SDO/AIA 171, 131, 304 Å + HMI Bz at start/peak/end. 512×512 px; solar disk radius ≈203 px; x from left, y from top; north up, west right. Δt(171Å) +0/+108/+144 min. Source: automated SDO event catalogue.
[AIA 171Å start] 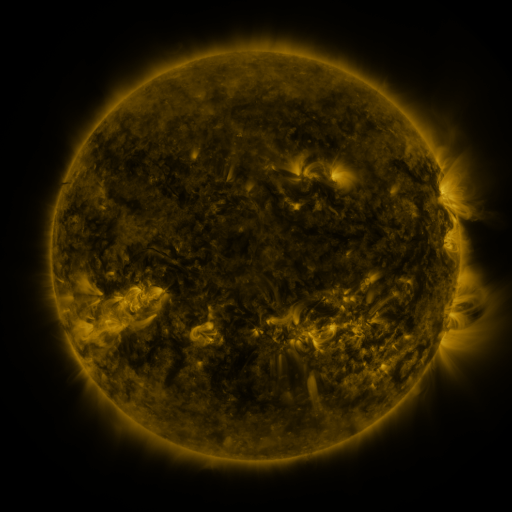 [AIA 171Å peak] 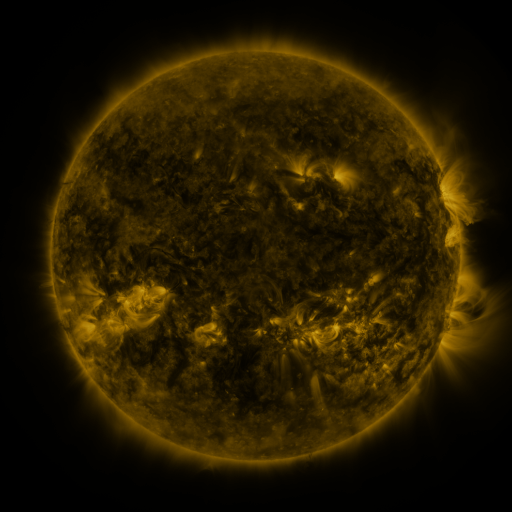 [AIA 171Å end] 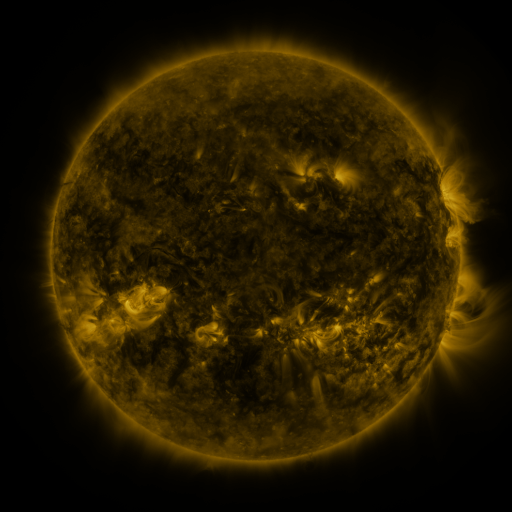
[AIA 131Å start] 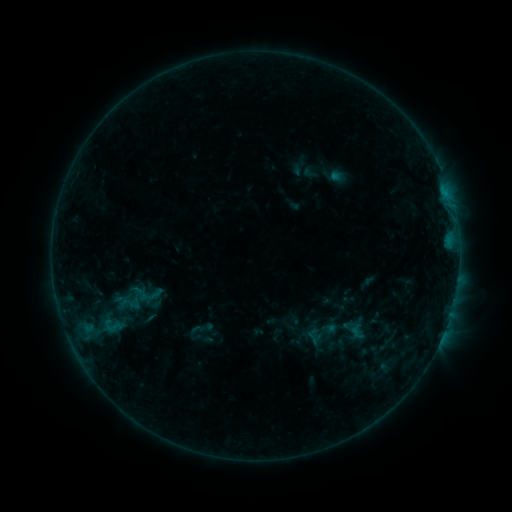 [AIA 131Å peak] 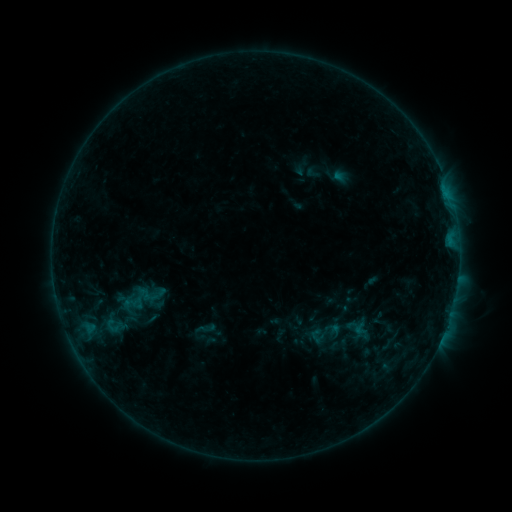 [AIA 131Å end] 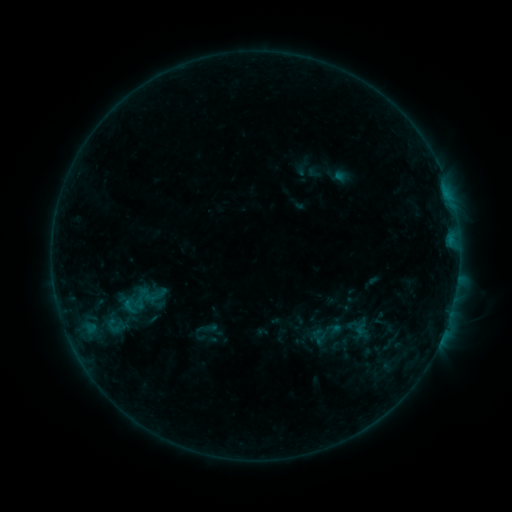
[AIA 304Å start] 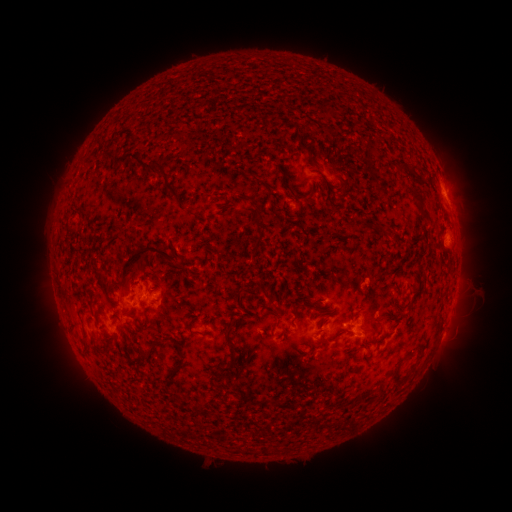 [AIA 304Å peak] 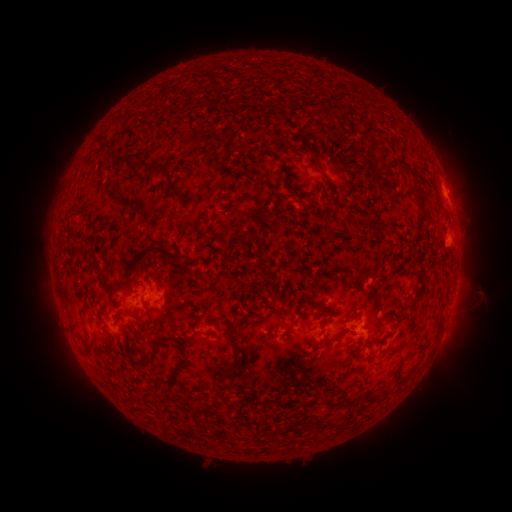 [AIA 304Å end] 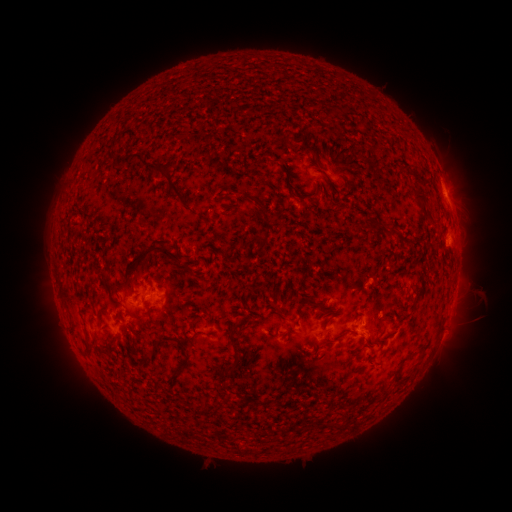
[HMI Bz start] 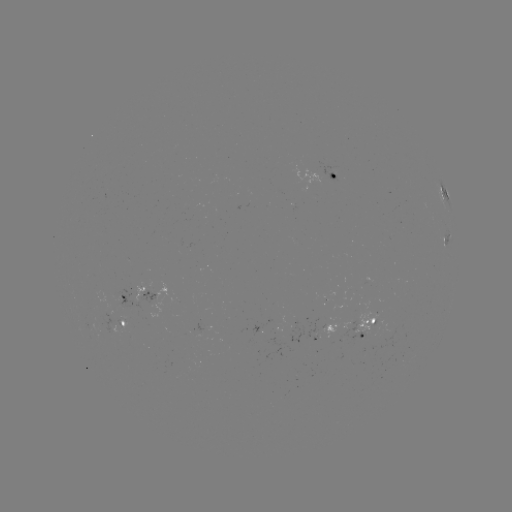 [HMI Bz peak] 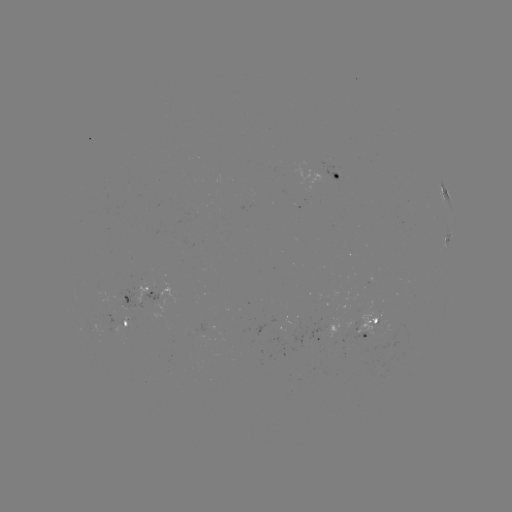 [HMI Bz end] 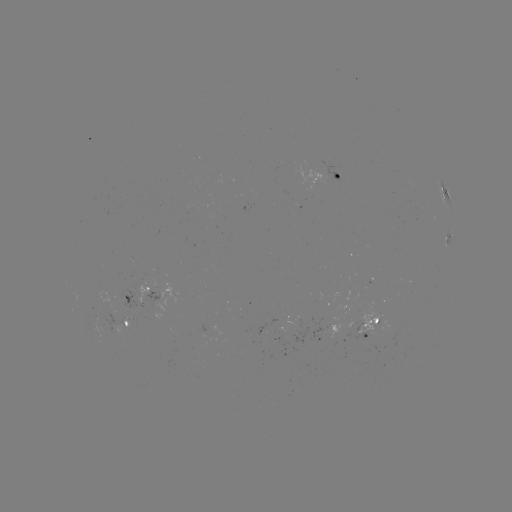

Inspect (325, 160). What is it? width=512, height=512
emerging-flux region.